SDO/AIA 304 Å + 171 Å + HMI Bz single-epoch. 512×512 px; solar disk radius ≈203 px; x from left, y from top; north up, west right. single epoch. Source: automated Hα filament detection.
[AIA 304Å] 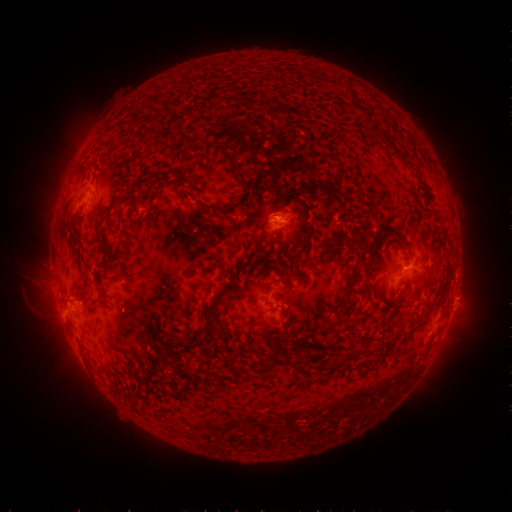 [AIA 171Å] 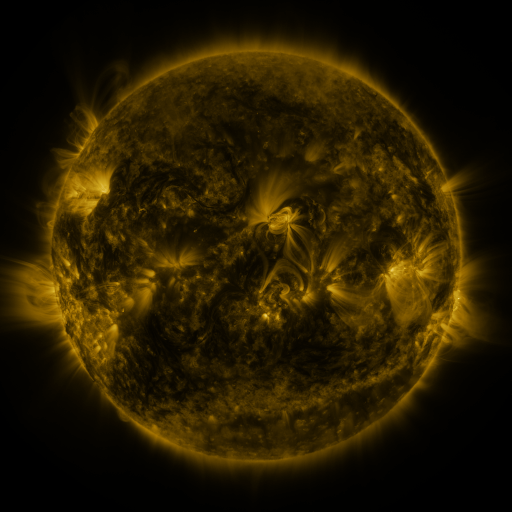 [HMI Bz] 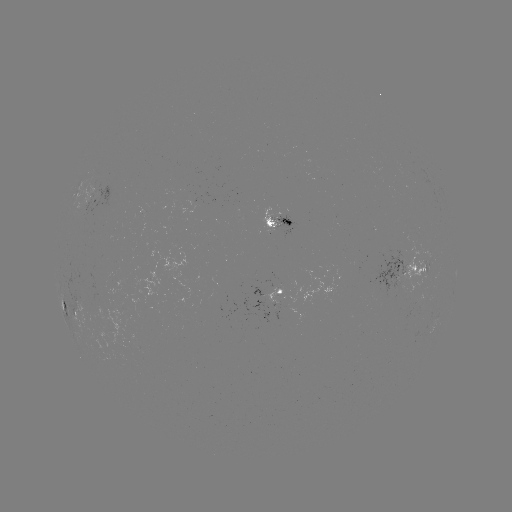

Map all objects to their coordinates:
filament: <bbox>240, 95, 249, 104</bbox>
filament: <bbox>358, 106, 368, 115</bbox>
filament: <bbox>370, 127, 381, 137</bbox>
filament: <bbox>211, 140, 232, 149</bbox>
filament: <bbox>386, 141, 400, 156</bbox>
filament: <bbox>231, 153, 240, 161</bbox>
filament: <bbox>236, 168, 249, 192</bbox>
filament: <bbox>192, 196, 230, 214</bbox>
filament: <bbox>107, 202, 118, 211</bbox>
filament: <bbox>422, 207, 436, 216</bbox>
filament: <bbox>91, 214, 101, 227</bbox>
filament: <bbox>265, 220, 274, 228</bbox>
filament: <bbox>347, 237, 372, 253</bbox>
filament: <bbox>382, 237, 401, 250</bbox>
filament: <bbox>98, 243, 107, 253</bbox>
filament: <bbox>363, 257, 375, 269</bbox>
filament: <bbox>343, 269, 360, 298</bbox>
filament: <bbox>74, 293, 88, 300</bbox>
filament: <bbox>327, 305, 347, 328</bbox>
filament: <bbox>176, 317, 214, 348</bbox>
filament: <bbox>269, 327, 288, 354</bbox>
filament: <bbox>373, 342, 383, 359</bbox>
filament: <bbox>156, 351, 165, 361</bbox>
filament: <bbox>328, 352, 358, 370</bbox>
